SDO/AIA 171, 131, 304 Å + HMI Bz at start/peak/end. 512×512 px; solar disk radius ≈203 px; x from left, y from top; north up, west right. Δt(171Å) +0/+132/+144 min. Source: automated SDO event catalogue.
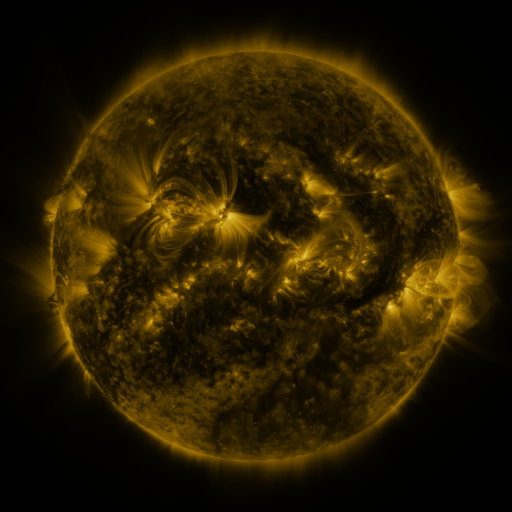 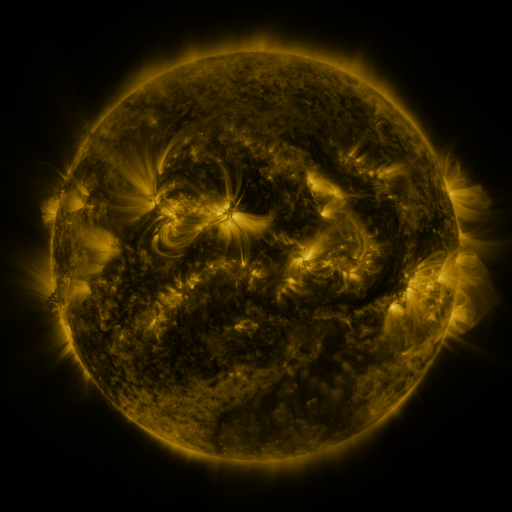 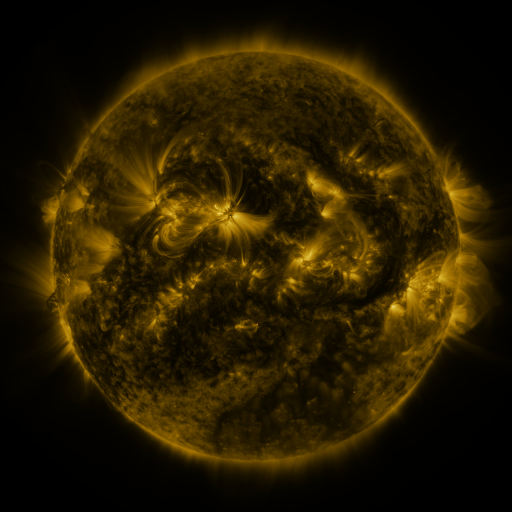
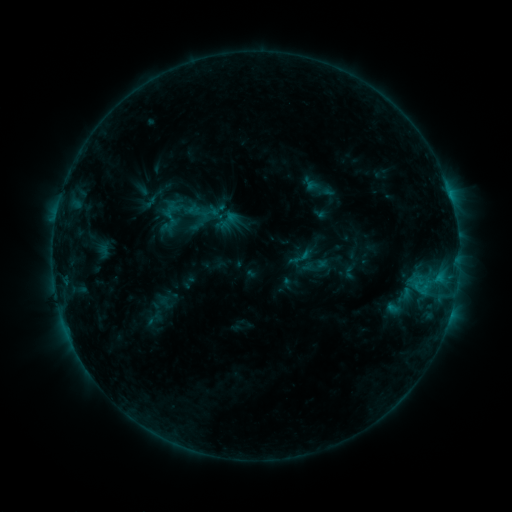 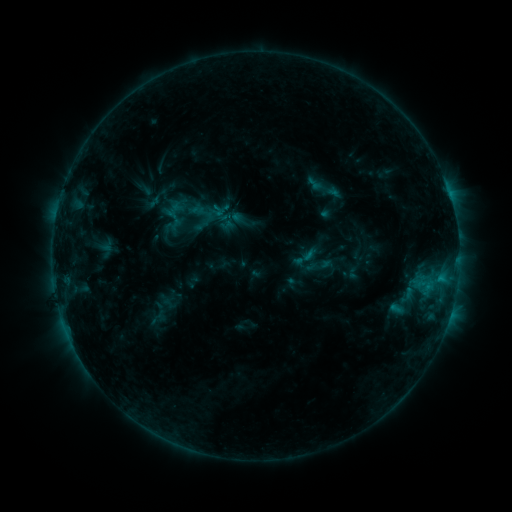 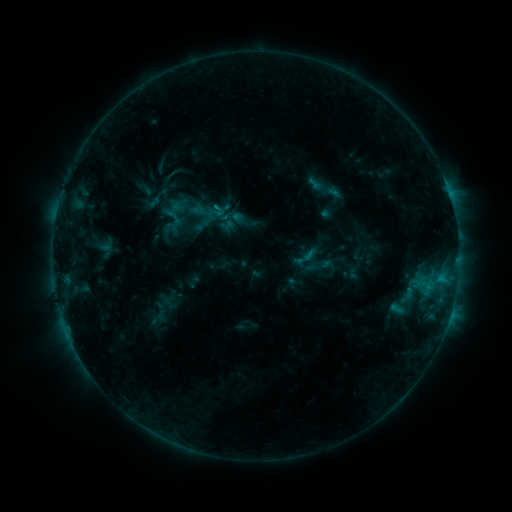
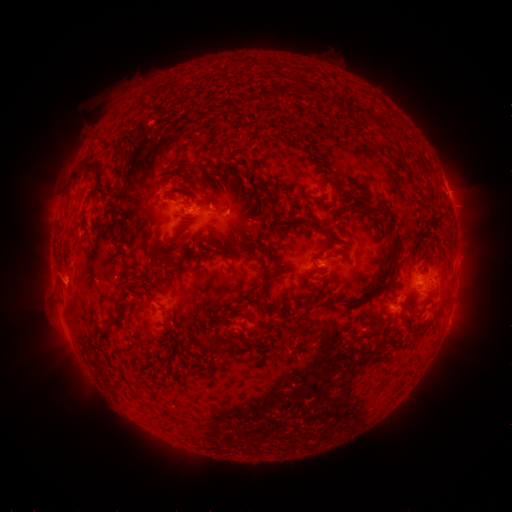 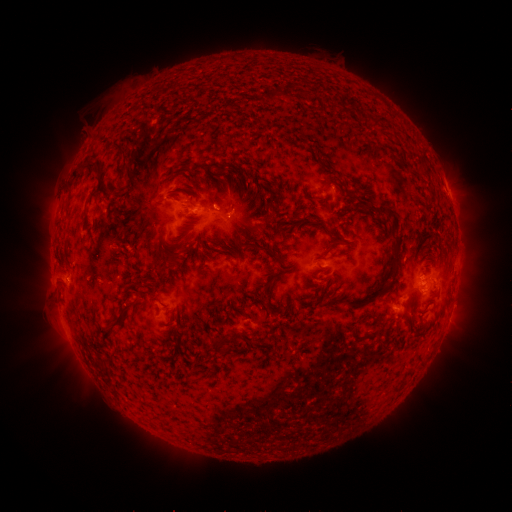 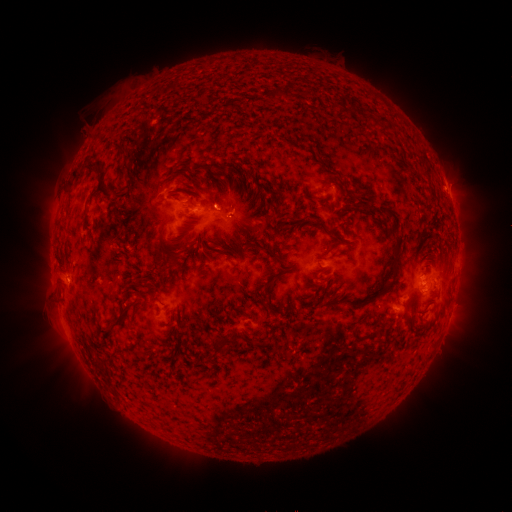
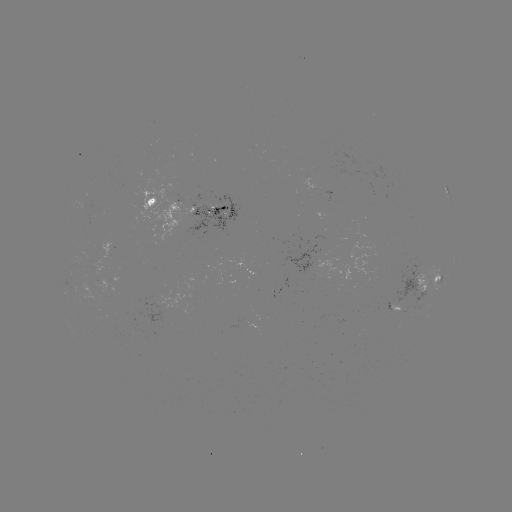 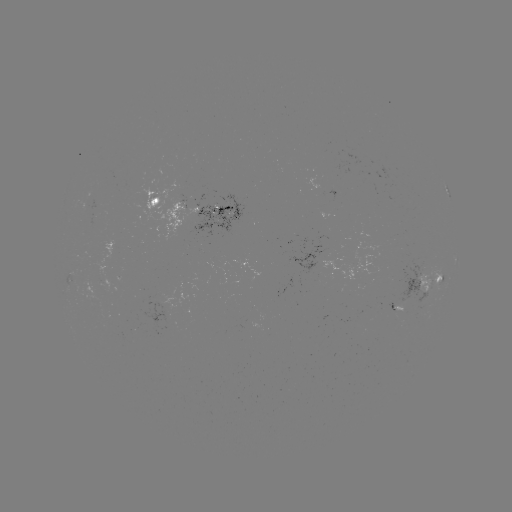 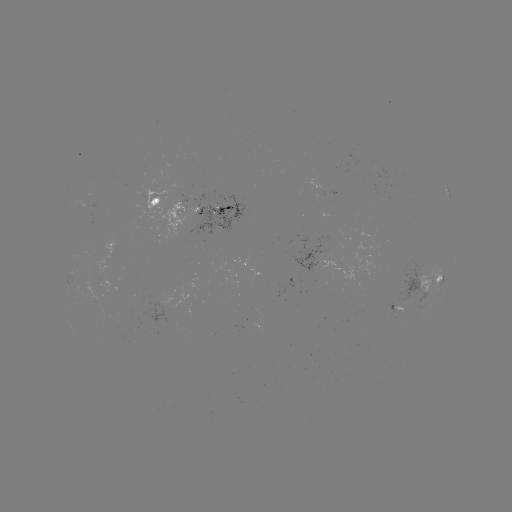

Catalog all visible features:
emerging-flux region: (393, 311)
